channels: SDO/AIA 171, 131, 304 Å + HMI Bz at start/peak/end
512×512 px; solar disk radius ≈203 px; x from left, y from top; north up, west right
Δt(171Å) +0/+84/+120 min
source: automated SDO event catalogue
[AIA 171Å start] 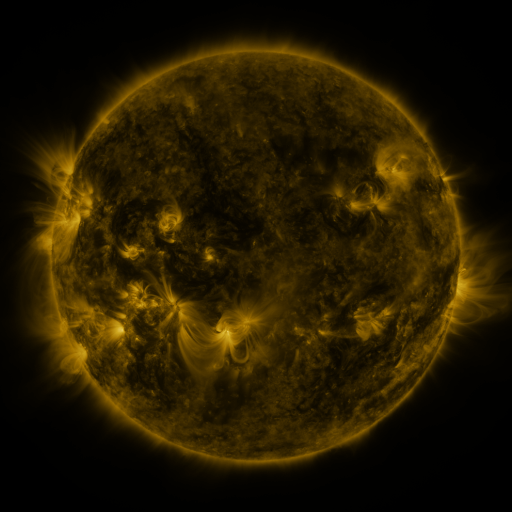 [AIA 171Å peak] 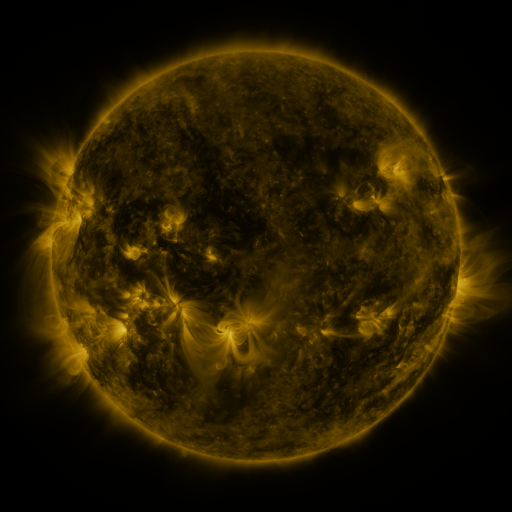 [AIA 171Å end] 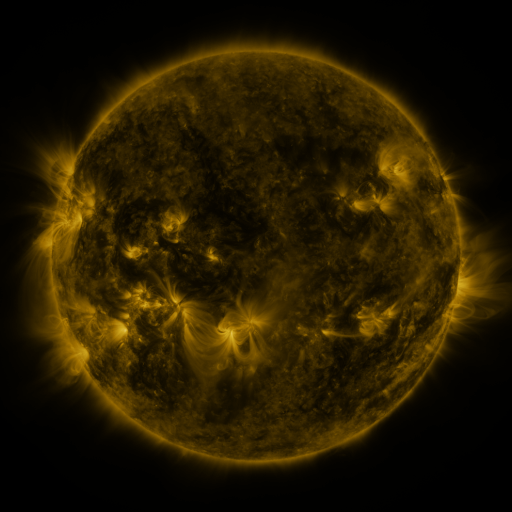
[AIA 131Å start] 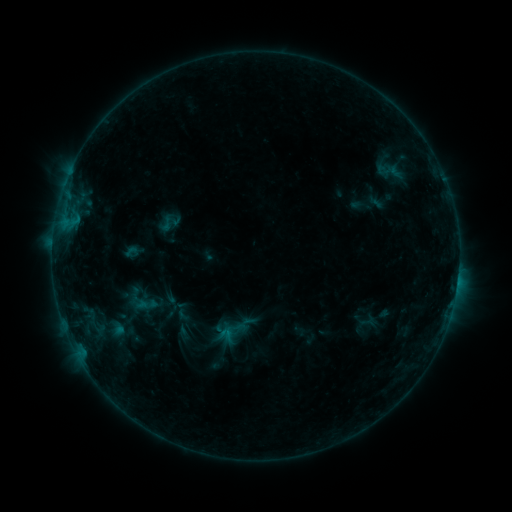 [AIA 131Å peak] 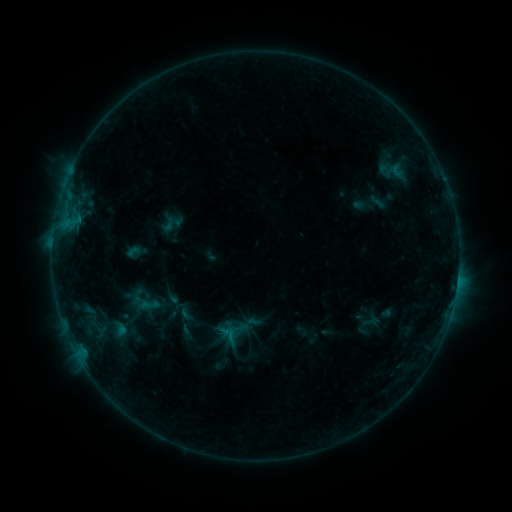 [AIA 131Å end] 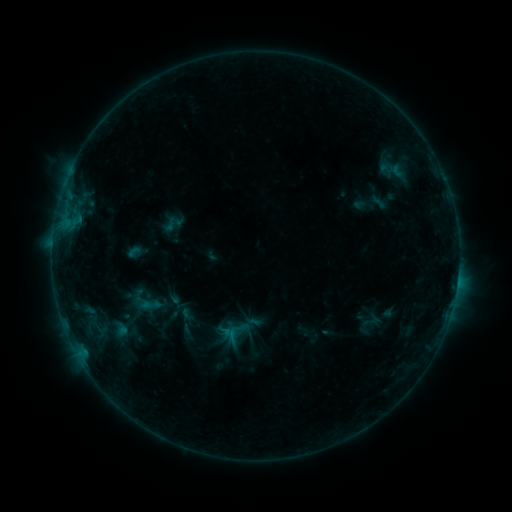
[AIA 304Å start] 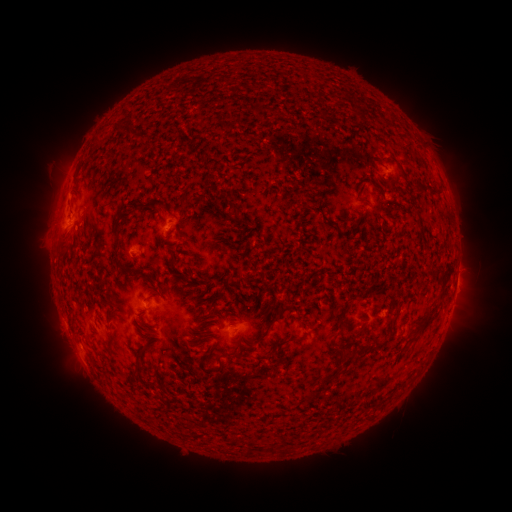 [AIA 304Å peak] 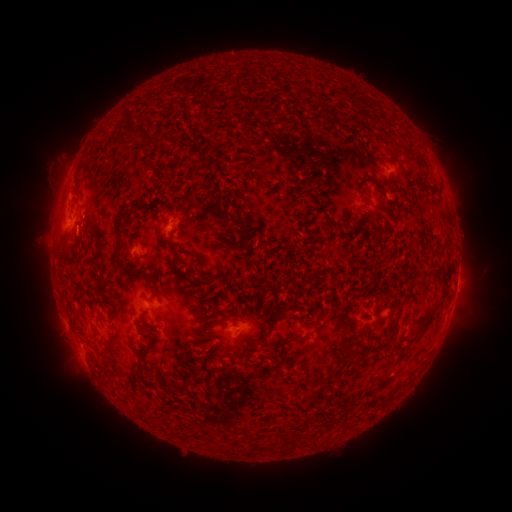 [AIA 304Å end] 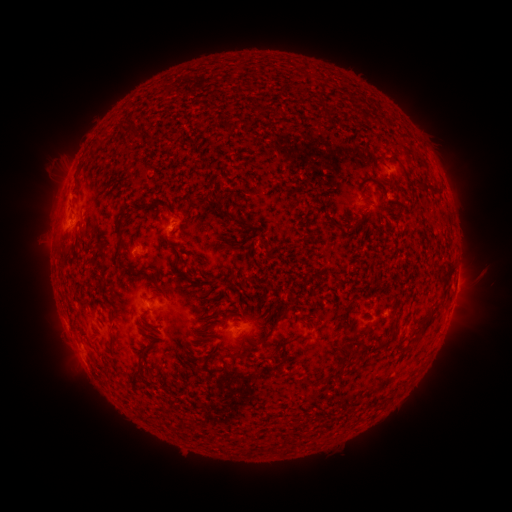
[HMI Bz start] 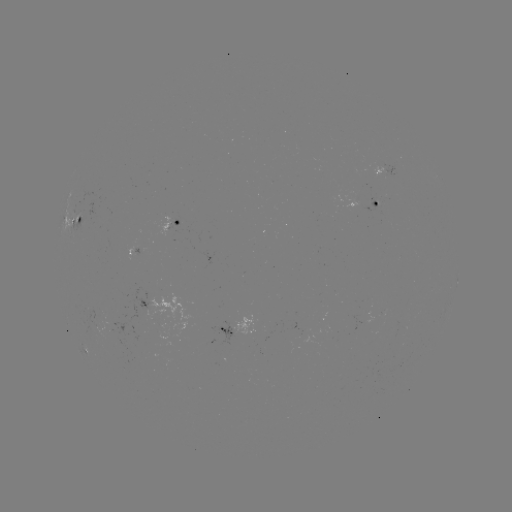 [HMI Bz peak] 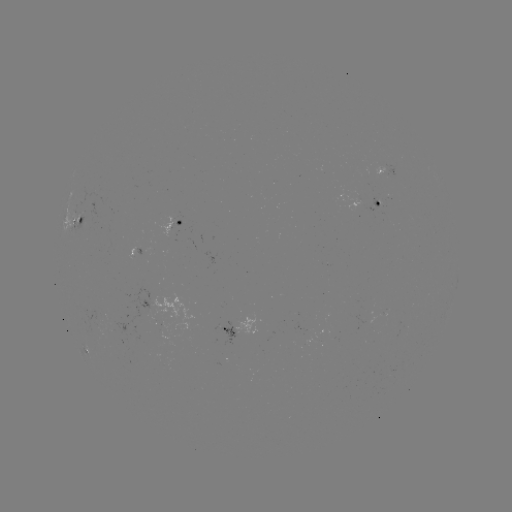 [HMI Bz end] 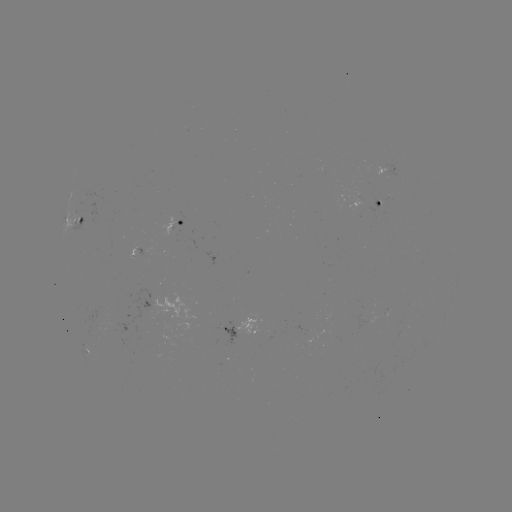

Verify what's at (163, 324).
emerging-flux region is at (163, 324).